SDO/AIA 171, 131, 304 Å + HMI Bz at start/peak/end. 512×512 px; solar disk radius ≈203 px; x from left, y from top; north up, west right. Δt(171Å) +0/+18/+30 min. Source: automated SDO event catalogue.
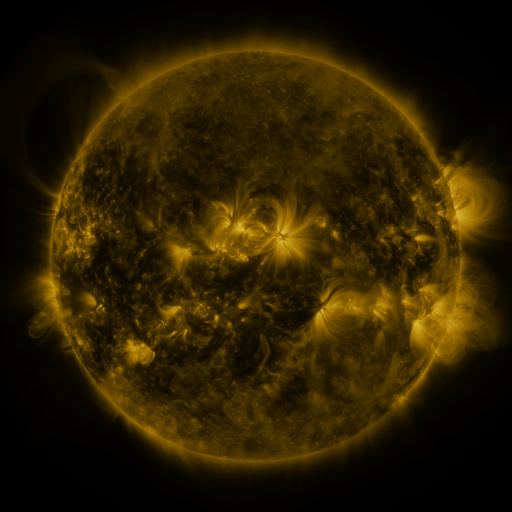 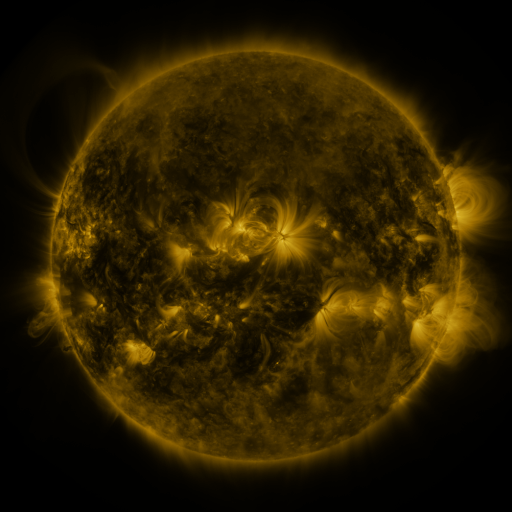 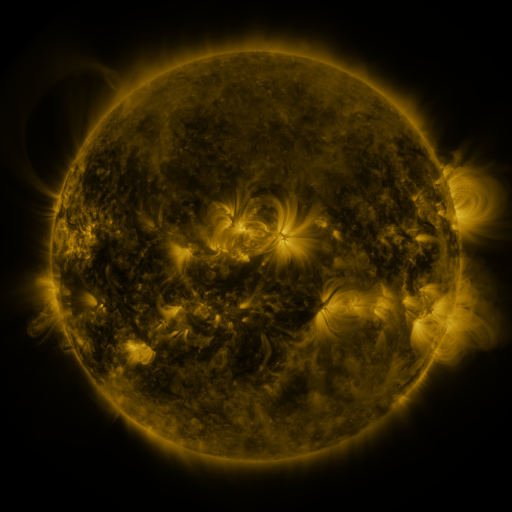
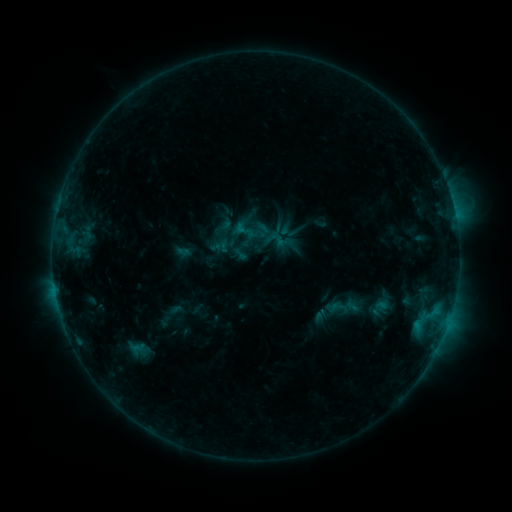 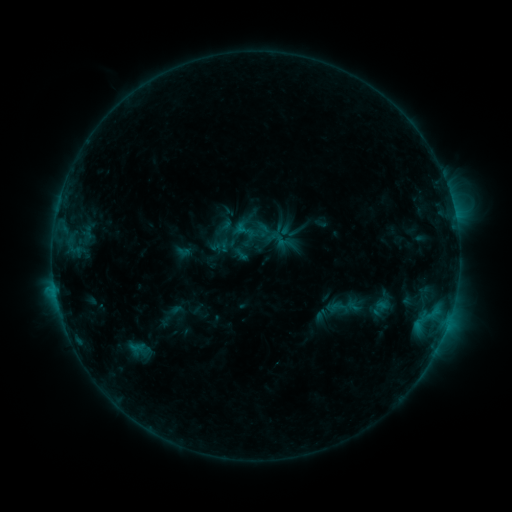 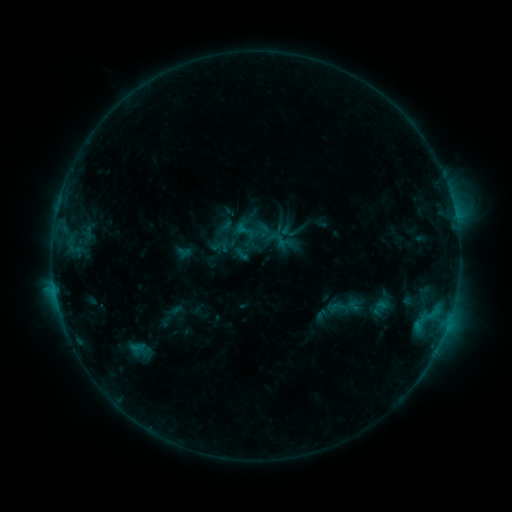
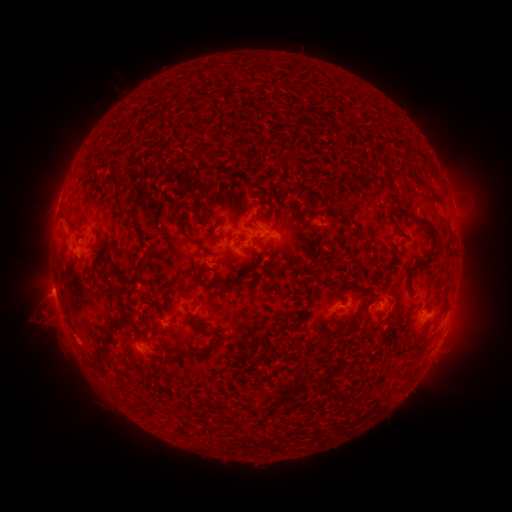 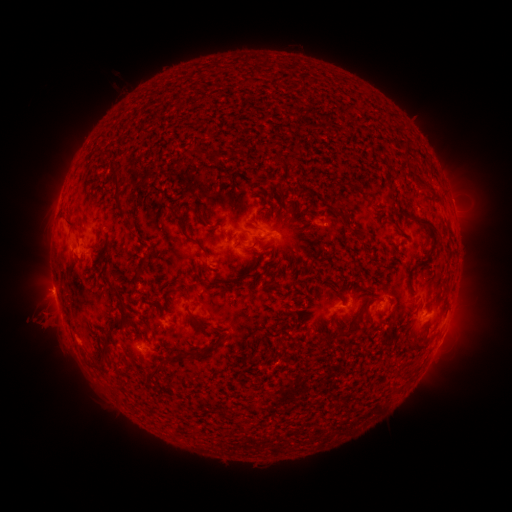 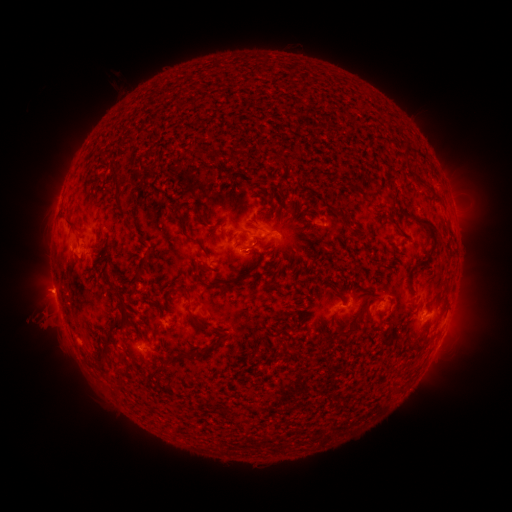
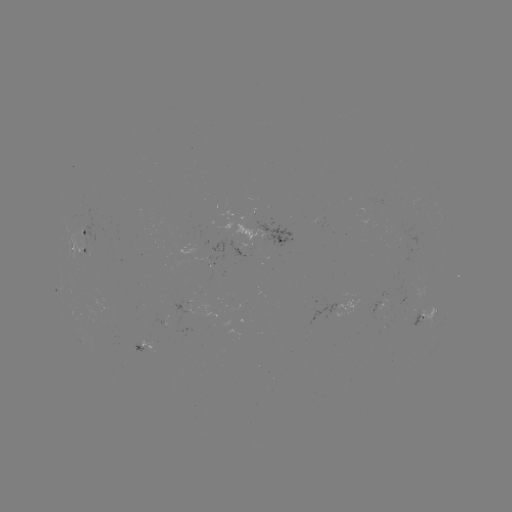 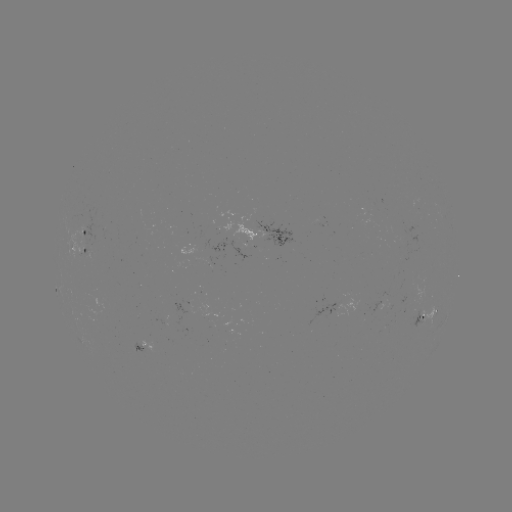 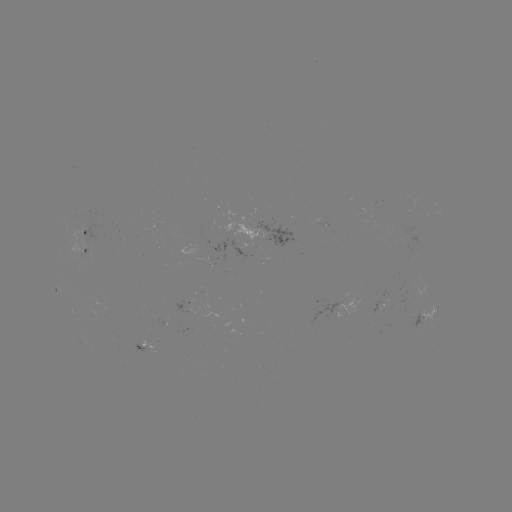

nothing was catalogued: no classed flare, no EUV trigger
